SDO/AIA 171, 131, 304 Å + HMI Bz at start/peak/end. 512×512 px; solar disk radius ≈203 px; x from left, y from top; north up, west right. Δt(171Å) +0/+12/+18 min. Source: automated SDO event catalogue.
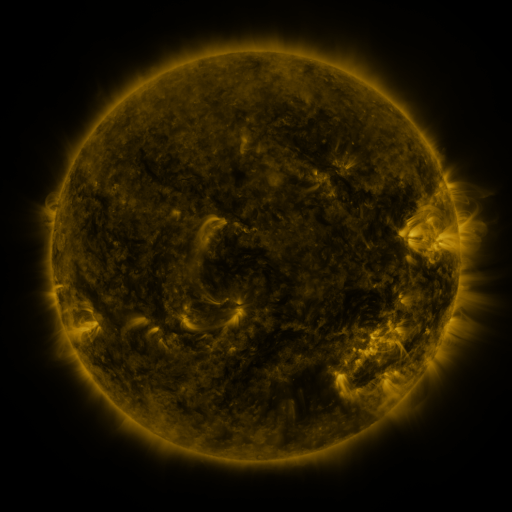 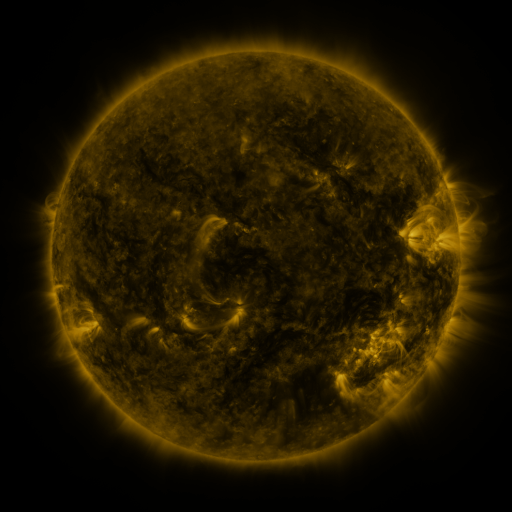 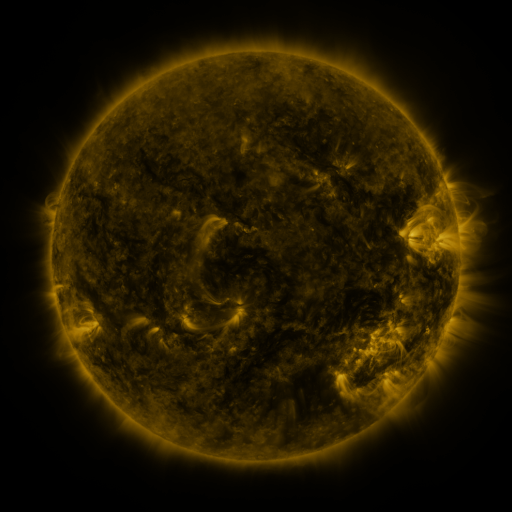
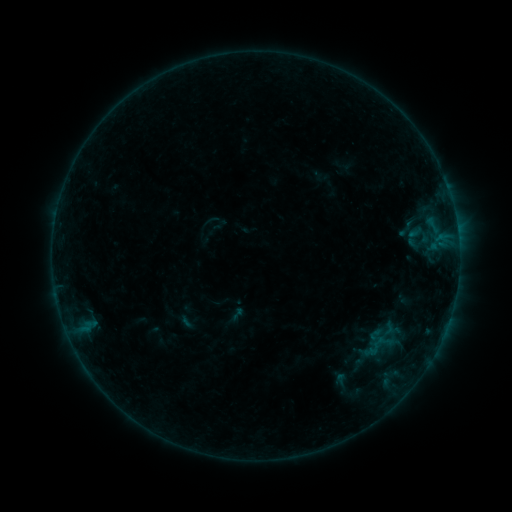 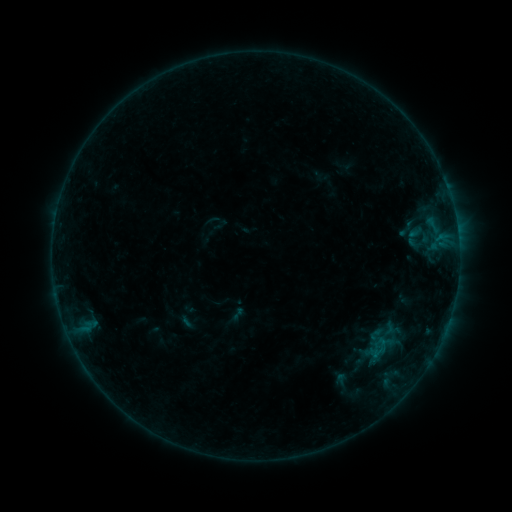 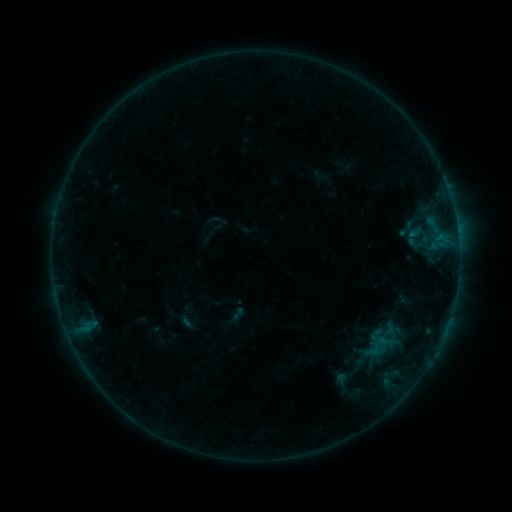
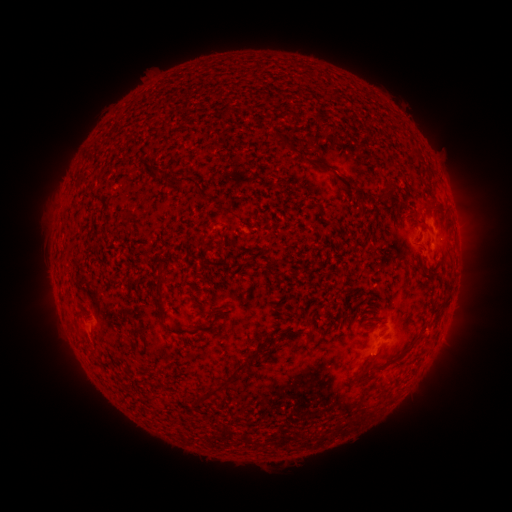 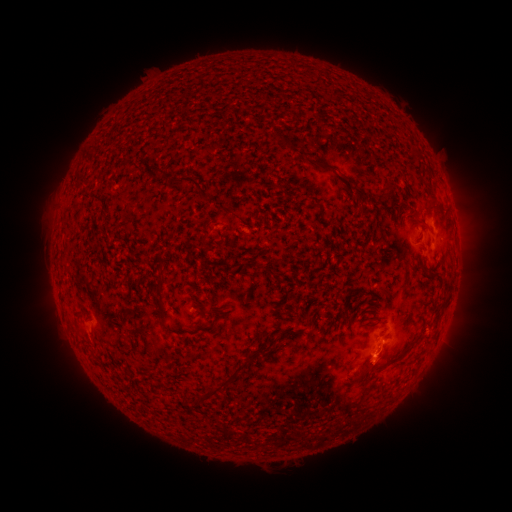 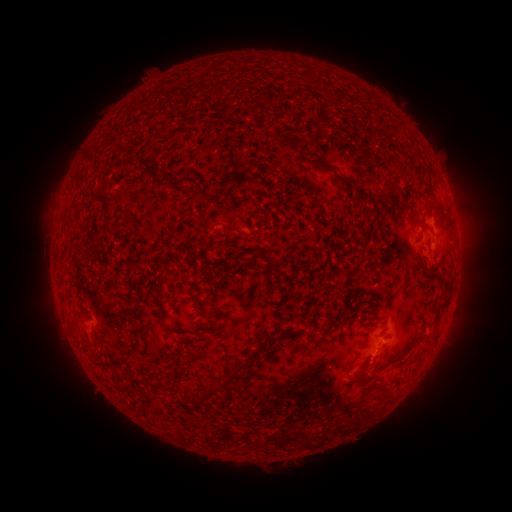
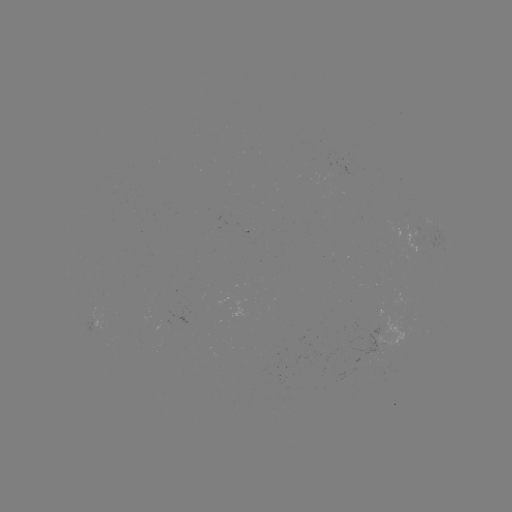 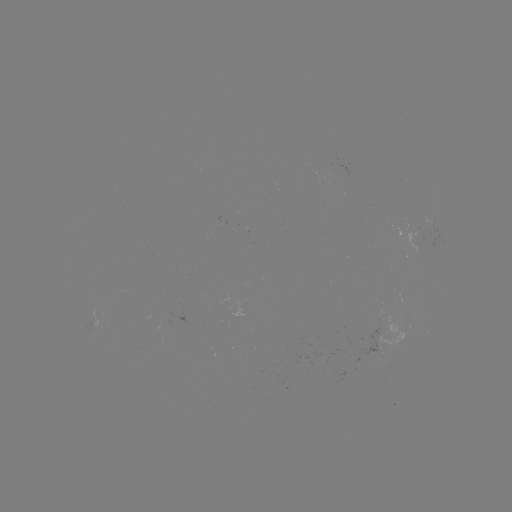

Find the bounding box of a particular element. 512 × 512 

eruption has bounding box [350, 339, 402, 392].